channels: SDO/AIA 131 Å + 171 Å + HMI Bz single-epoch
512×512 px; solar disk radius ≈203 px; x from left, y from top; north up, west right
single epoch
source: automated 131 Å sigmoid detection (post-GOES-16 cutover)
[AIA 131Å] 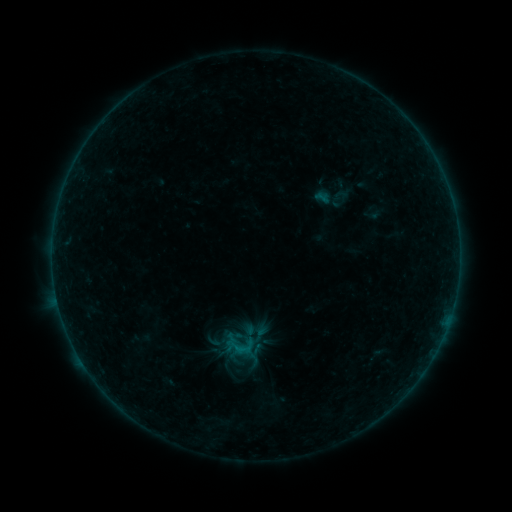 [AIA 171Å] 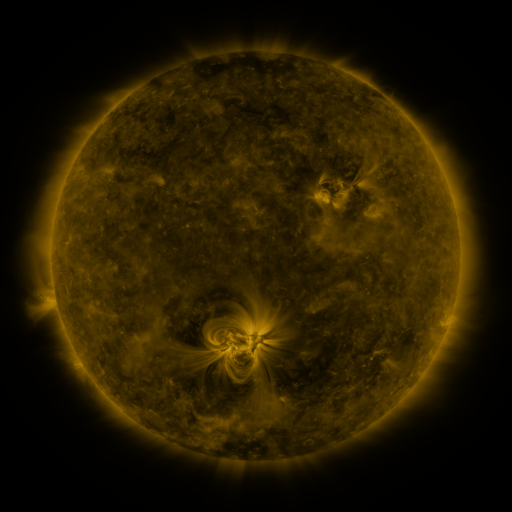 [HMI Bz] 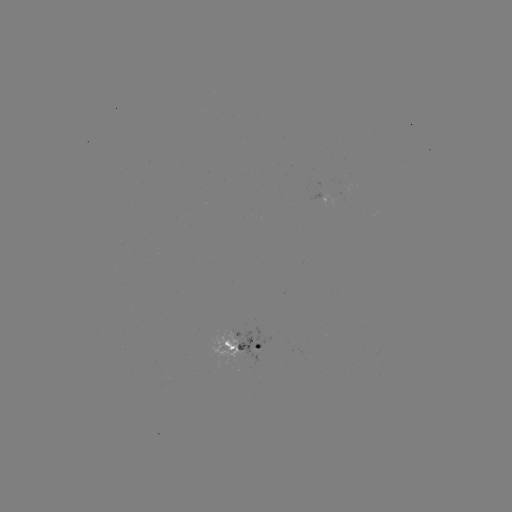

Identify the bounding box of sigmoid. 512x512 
[222, 330, 256, 362].